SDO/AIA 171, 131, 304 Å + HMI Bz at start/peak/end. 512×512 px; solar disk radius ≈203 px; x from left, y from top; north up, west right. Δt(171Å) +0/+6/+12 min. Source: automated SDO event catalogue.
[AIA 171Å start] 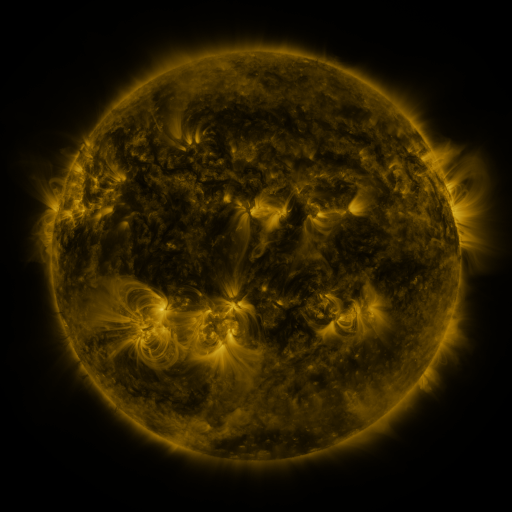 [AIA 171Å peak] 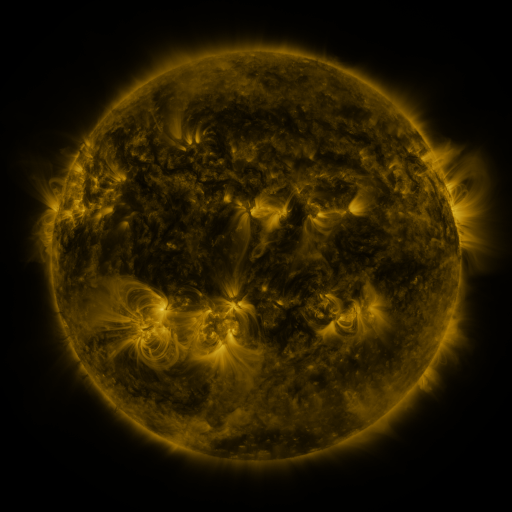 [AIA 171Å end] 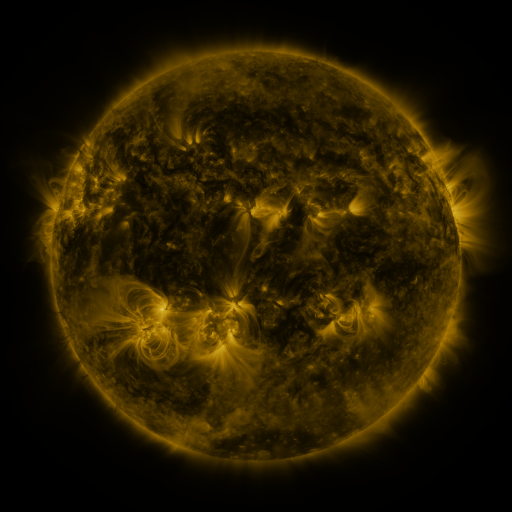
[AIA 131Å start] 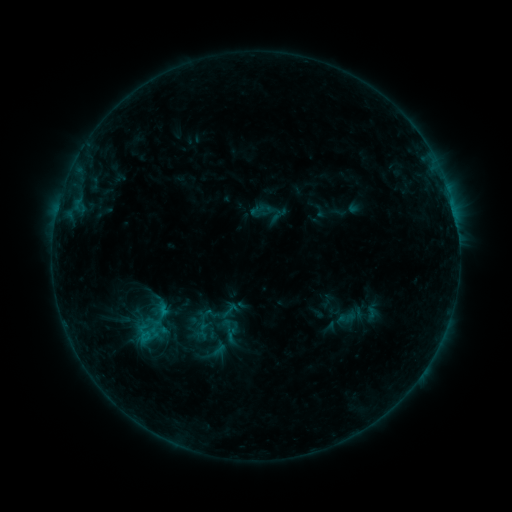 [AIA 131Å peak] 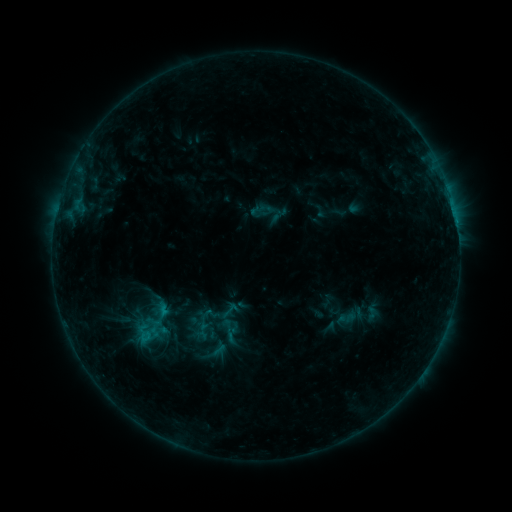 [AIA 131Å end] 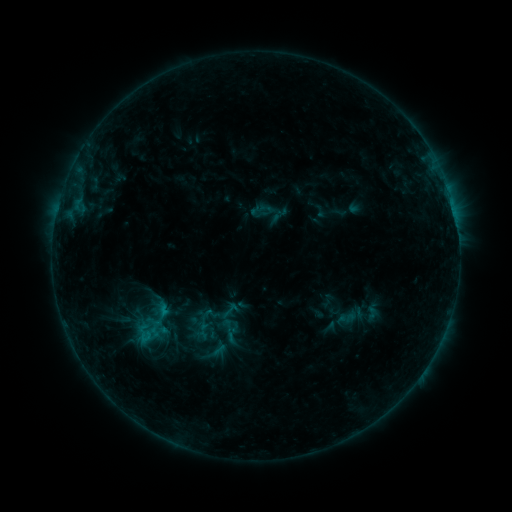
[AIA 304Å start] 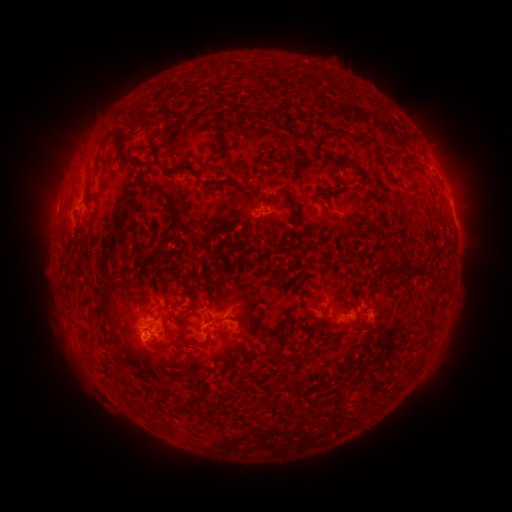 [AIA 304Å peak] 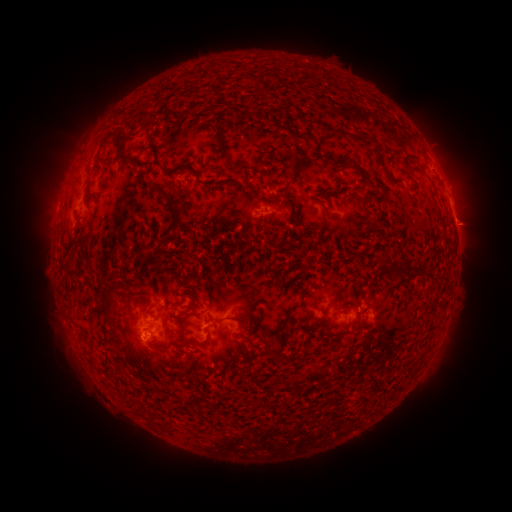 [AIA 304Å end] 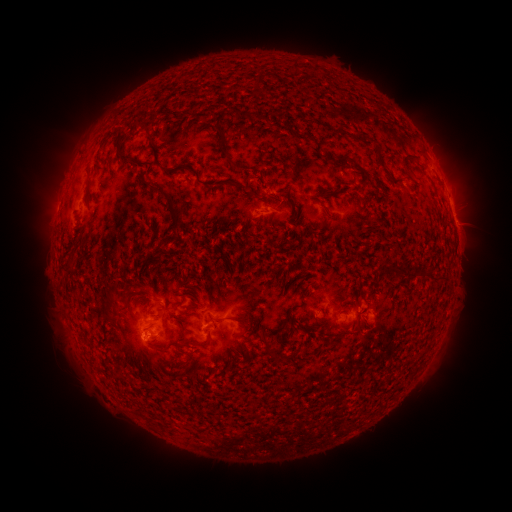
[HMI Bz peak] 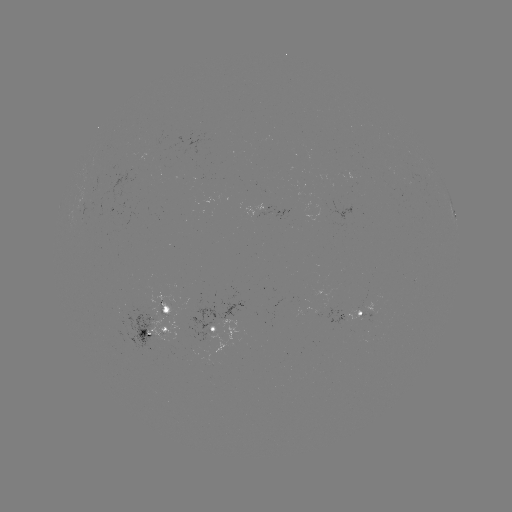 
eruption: <bbox>444, 202, 494, 249</bbox>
